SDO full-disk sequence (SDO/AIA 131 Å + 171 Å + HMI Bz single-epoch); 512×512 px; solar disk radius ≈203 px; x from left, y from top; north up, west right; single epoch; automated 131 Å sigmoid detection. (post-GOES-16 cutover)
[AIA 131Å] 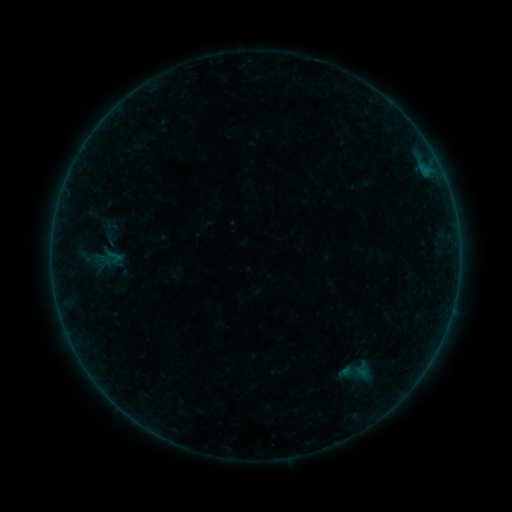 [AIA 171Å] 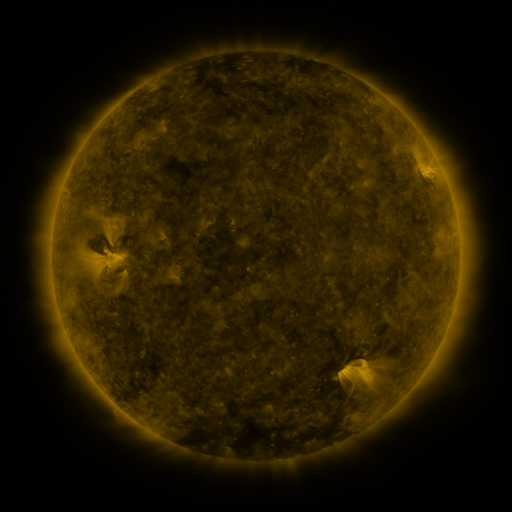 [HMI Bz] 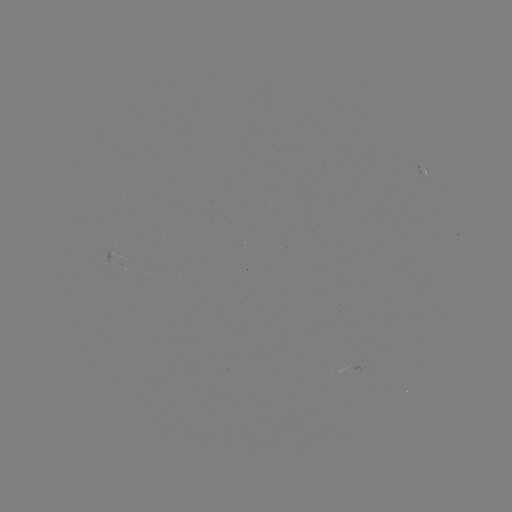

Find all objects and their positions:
sigmoid: (355, 372)
